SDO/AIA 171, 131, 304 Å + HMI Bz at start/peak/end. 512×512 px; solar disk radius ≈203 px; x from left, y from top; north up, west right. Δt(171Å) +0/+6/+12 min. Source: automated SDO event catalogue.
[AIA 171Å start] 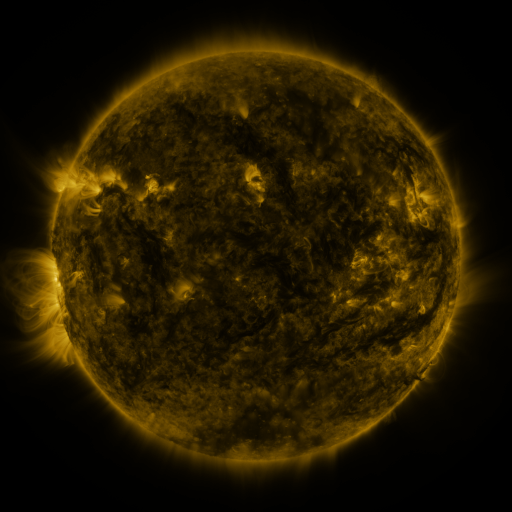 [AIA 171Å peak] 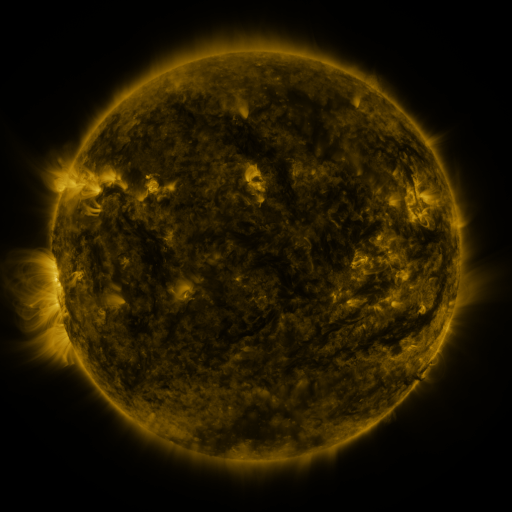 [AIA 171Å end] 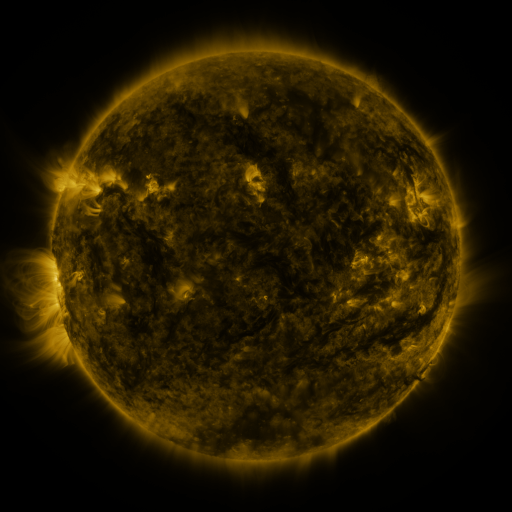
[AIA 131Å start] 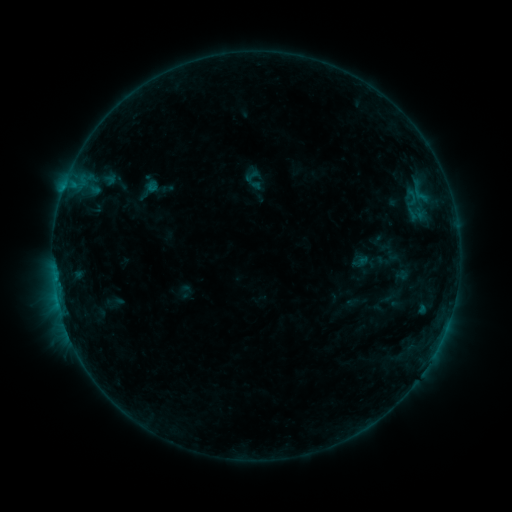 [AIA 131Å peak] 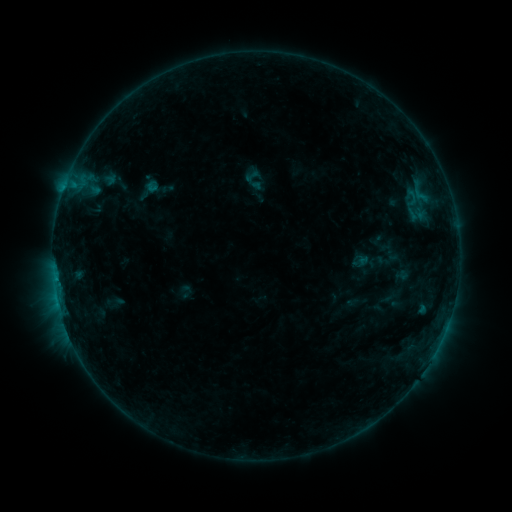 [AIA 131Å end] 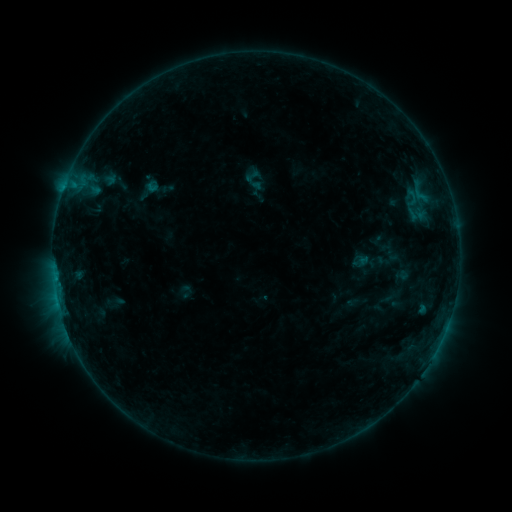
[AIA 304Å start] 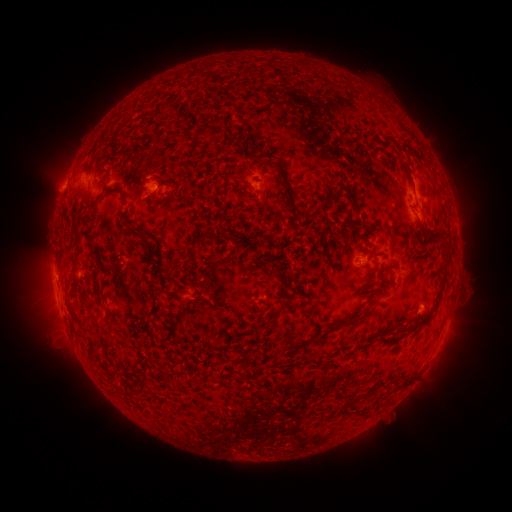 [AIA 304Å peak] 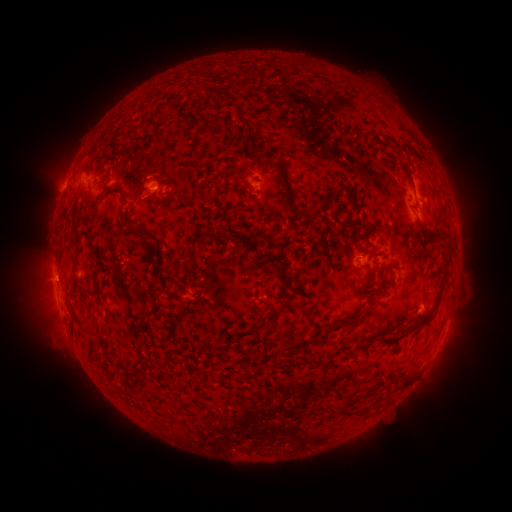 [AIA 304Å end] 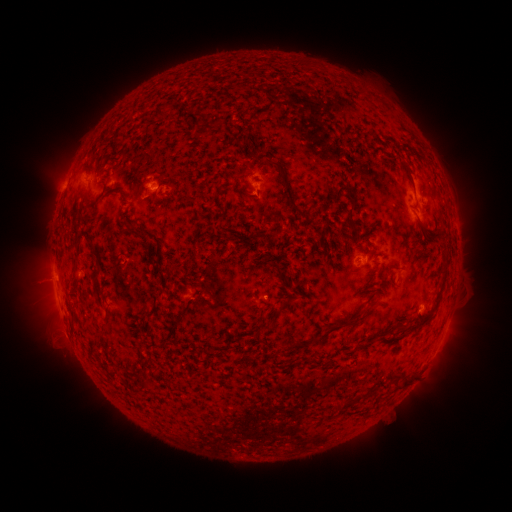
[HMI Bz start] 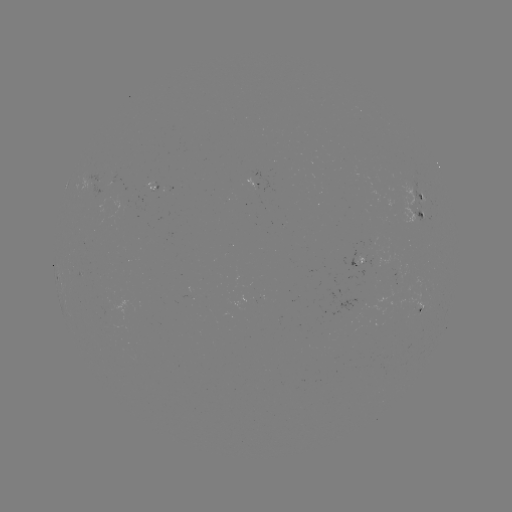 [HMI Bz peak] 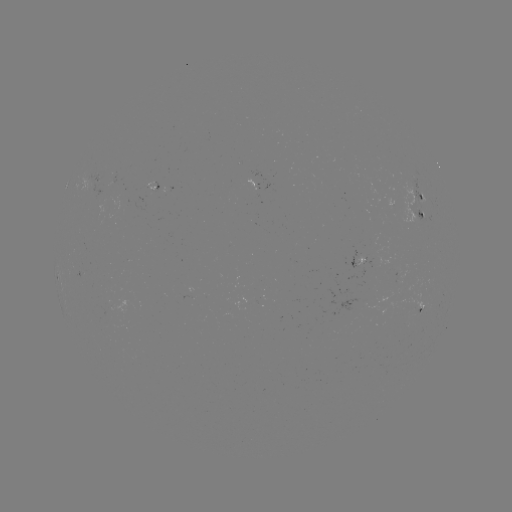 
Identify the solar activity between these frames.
eruption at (48, 281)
